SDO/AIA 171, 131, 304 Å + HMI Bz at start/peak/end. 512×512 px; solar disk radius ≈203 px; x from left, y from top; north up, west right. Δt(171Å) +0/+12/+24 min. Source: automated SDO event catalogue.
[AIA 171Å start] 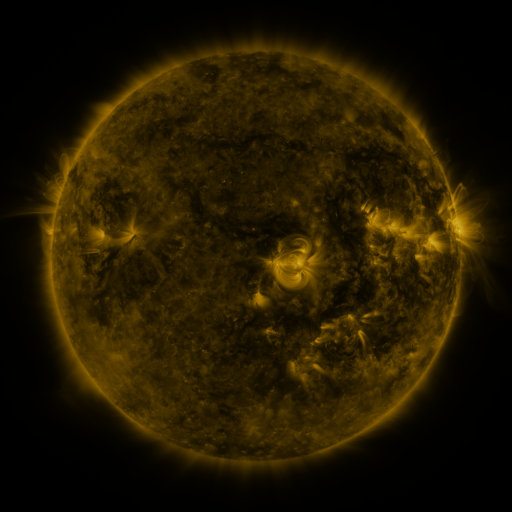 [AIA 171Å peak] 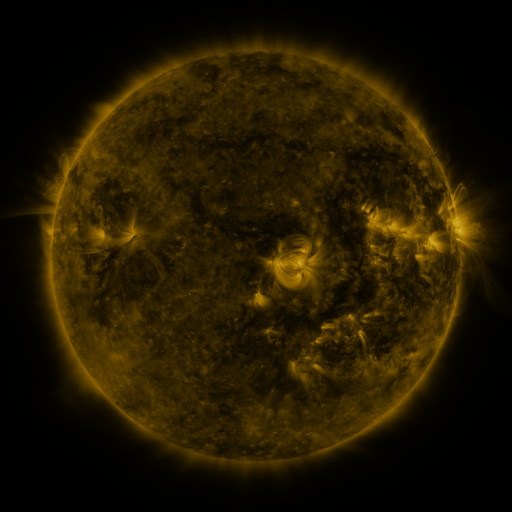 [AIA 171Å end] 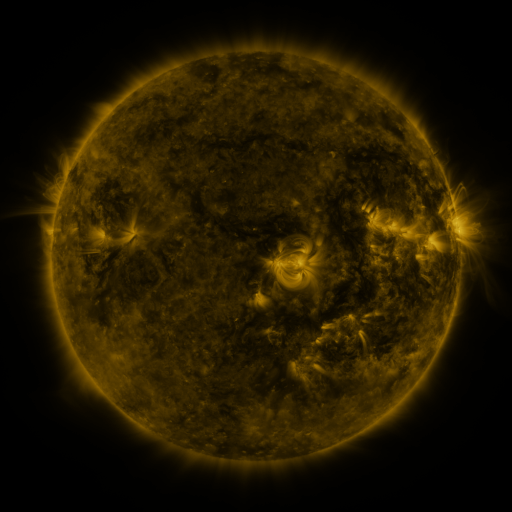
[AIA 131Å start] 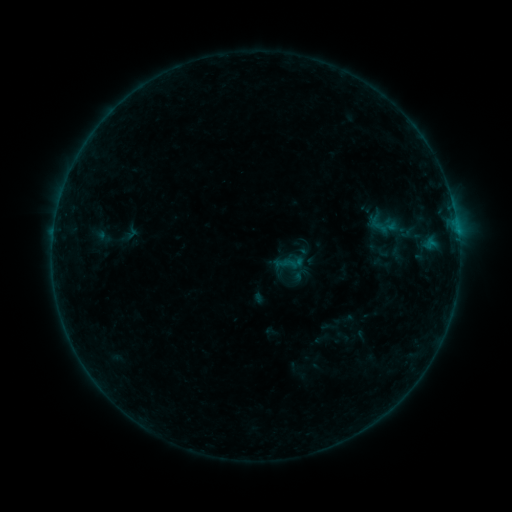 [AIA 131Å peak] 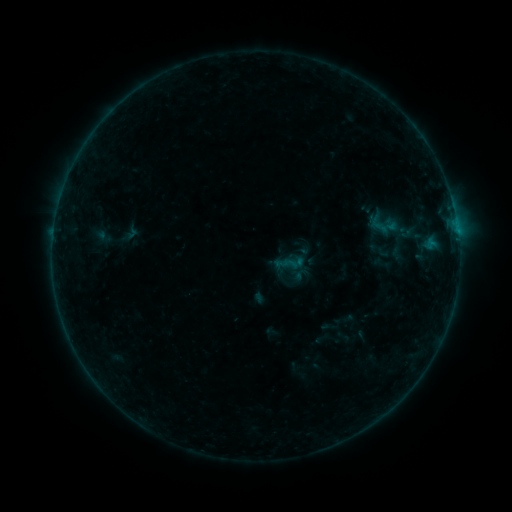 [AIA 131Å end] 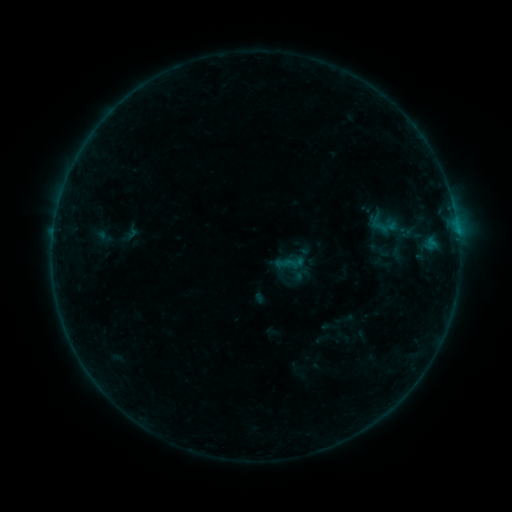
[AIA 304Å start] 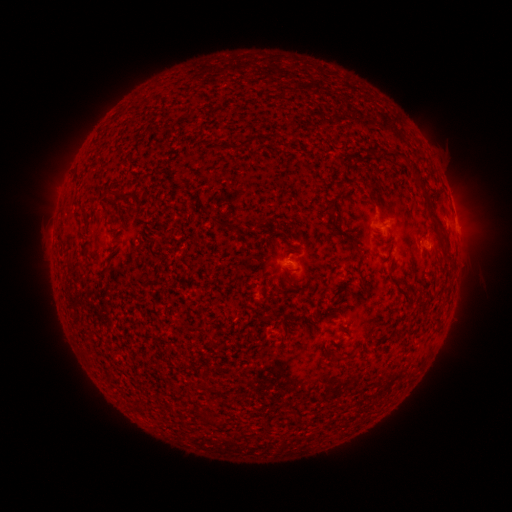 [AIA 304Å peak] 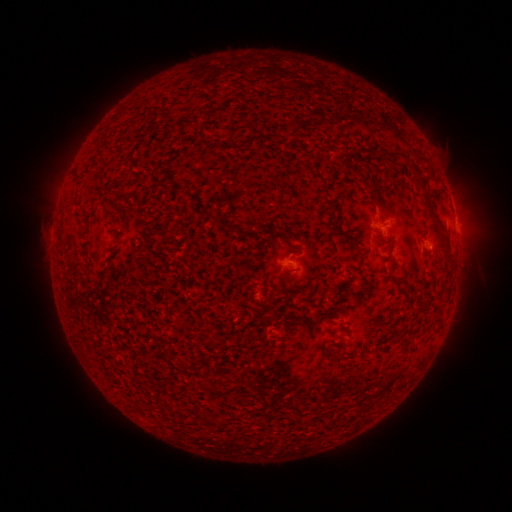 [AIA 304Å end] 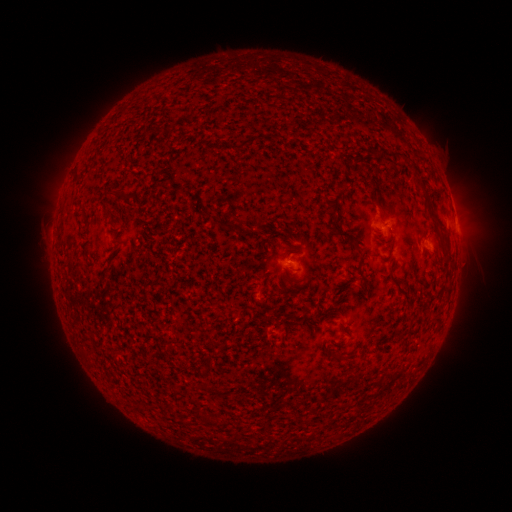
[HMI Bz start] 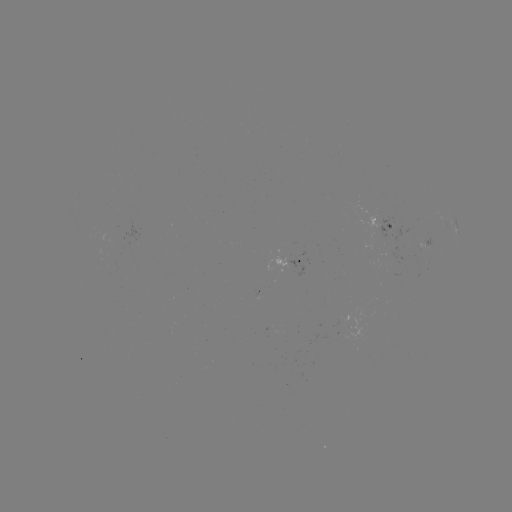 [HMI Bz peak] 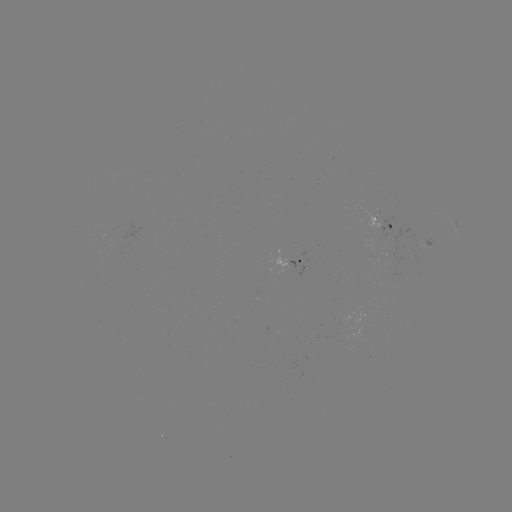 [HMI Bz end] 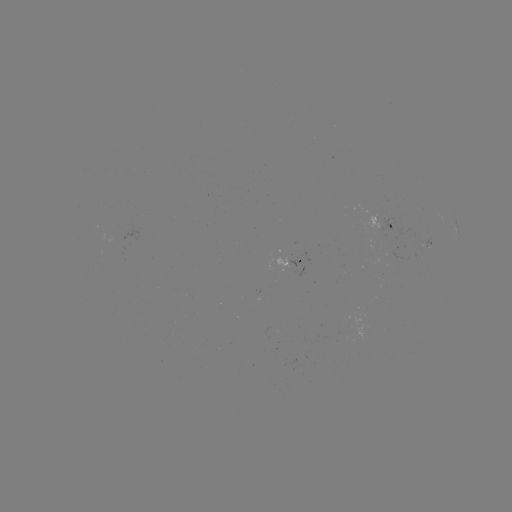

nothing was catalogued: no classed flare, no EUV trigger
